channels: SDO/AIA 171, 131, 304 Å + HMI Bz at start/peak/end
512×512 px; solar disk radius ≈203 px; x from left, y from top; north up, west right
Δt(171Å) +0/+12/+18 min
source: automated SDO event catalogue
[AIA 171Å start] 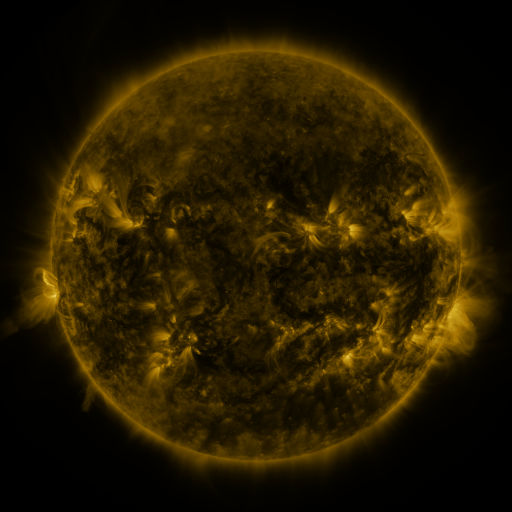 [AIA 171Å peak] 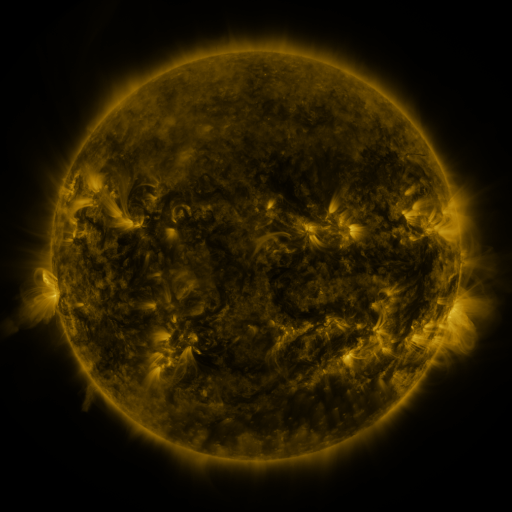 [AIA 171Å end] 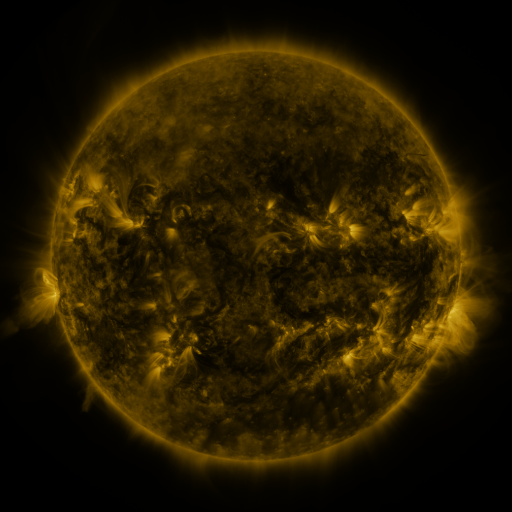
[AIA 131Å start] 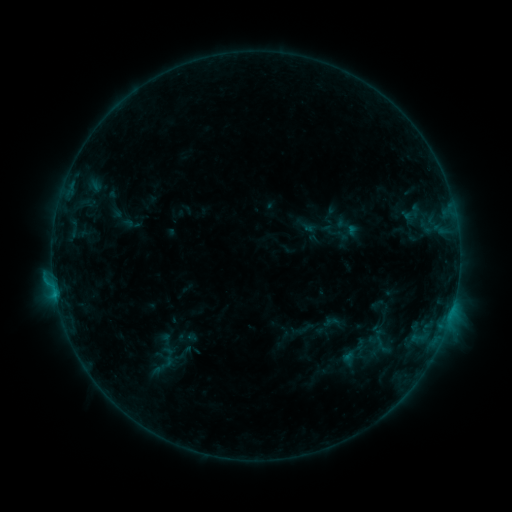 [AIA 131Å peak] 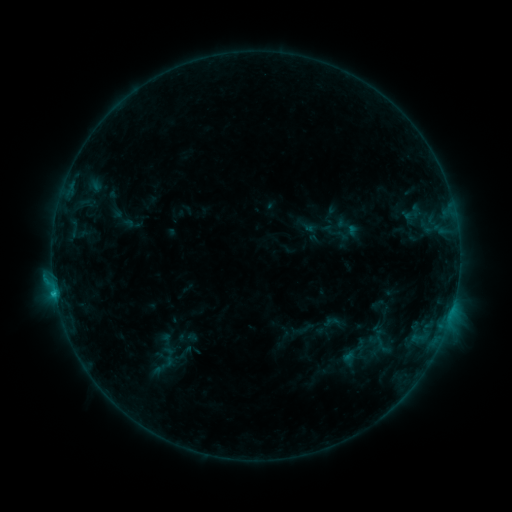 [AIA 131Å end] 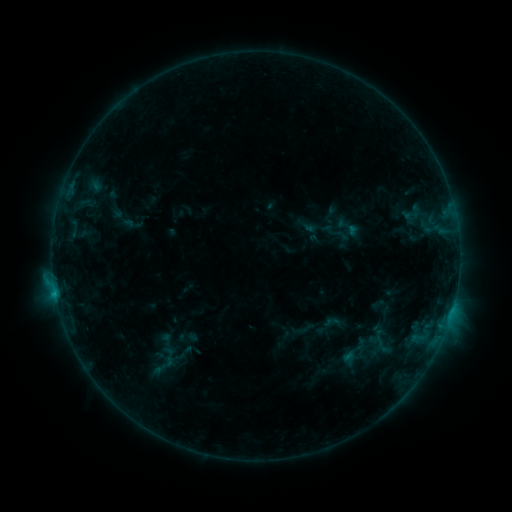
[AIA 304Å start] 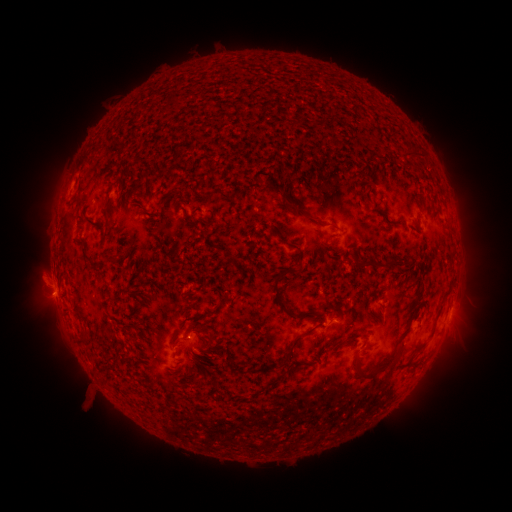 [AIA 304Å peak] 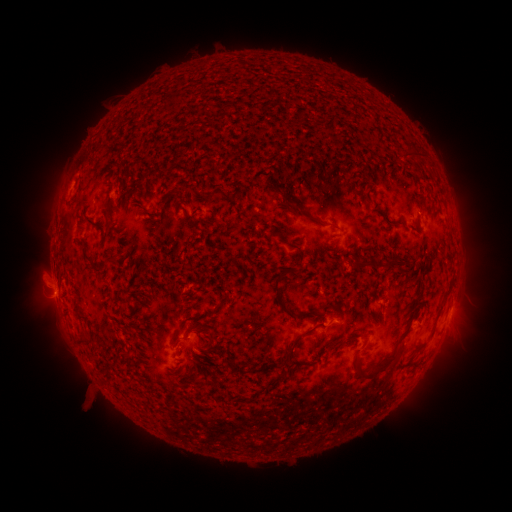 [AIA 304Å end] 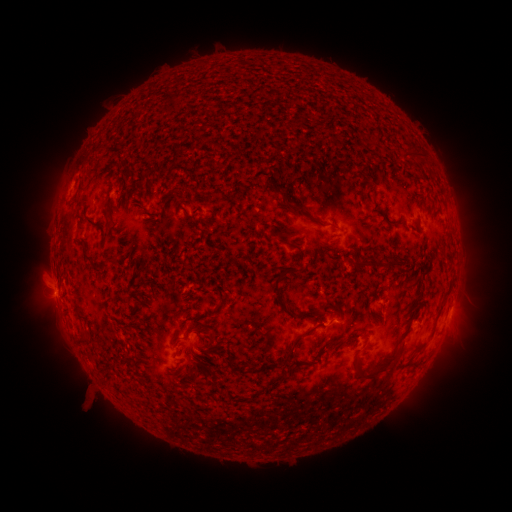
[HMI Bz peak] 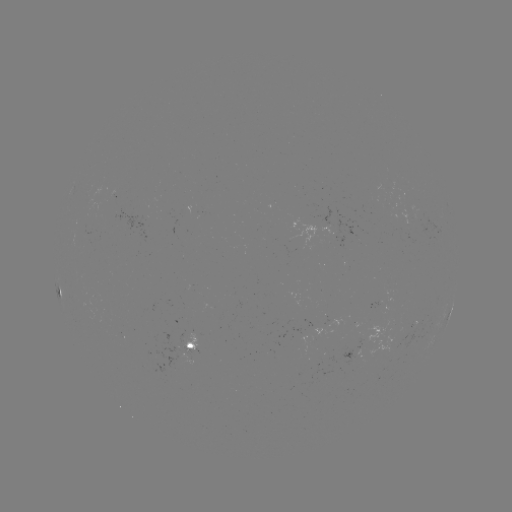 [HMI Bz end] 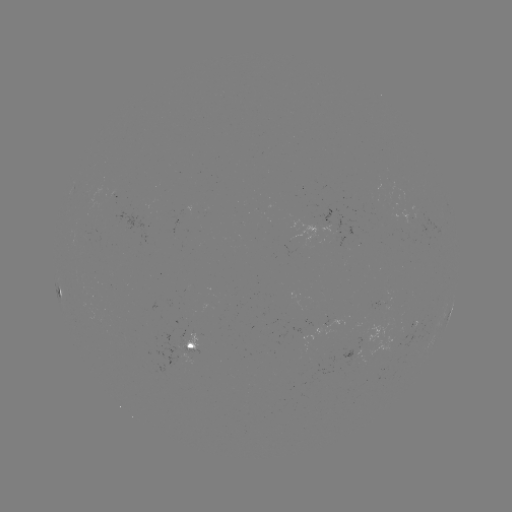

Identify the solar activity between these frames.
B6.2 flare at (56, 291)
